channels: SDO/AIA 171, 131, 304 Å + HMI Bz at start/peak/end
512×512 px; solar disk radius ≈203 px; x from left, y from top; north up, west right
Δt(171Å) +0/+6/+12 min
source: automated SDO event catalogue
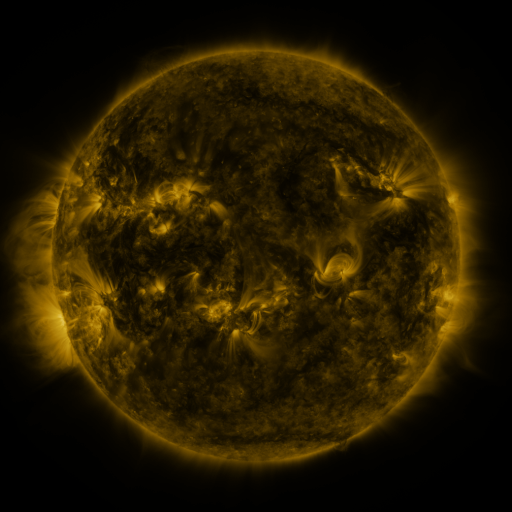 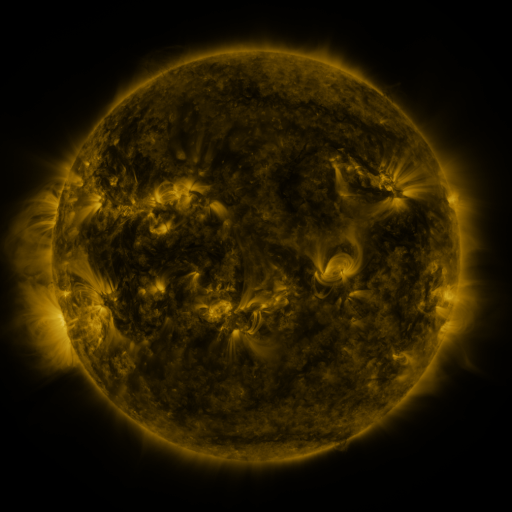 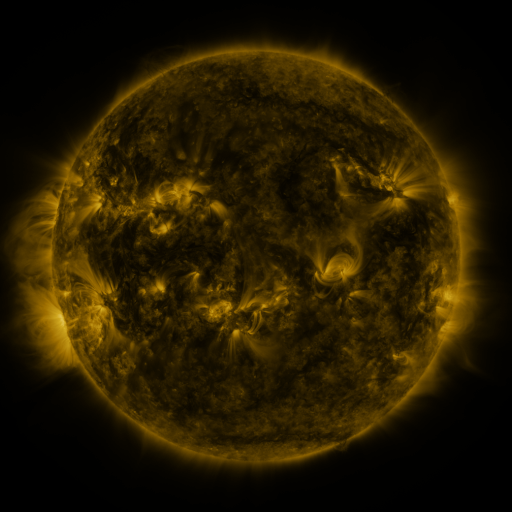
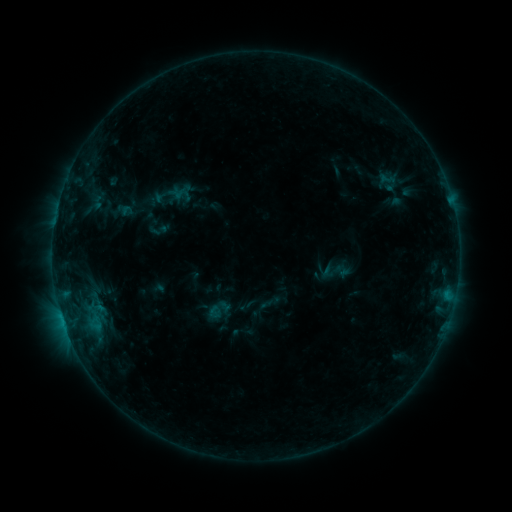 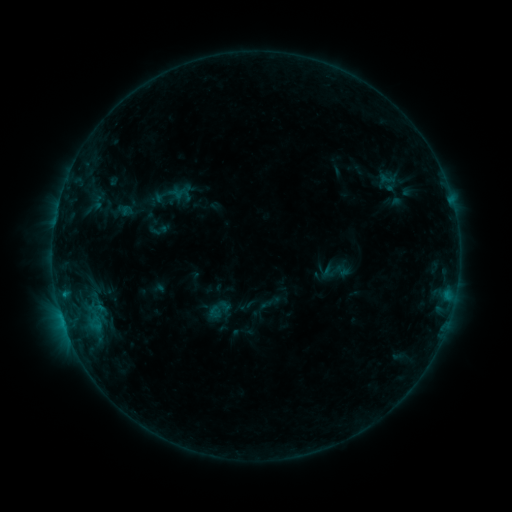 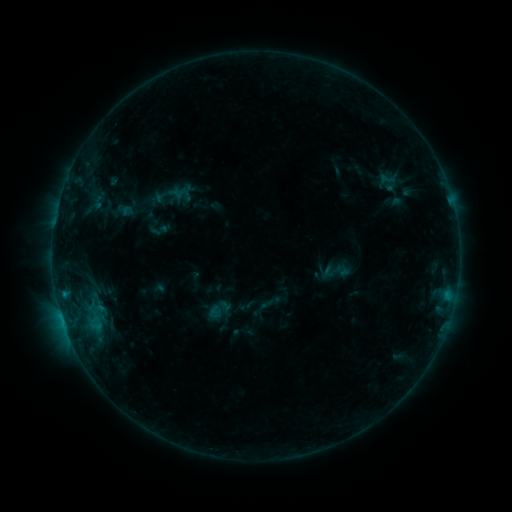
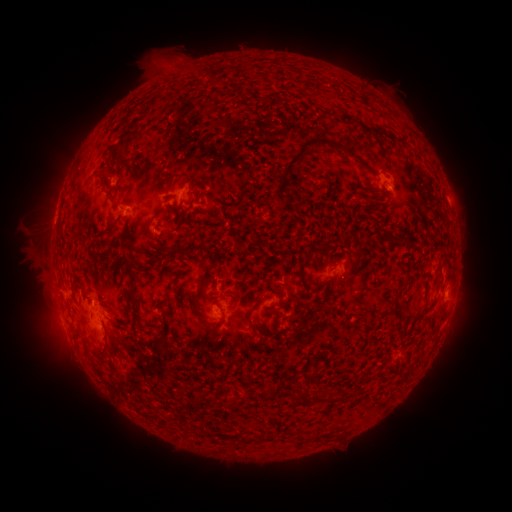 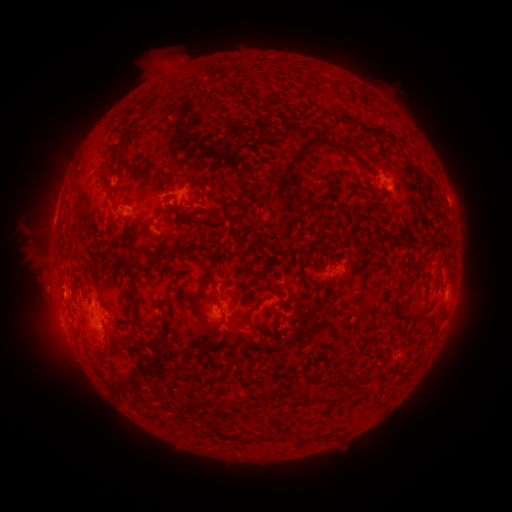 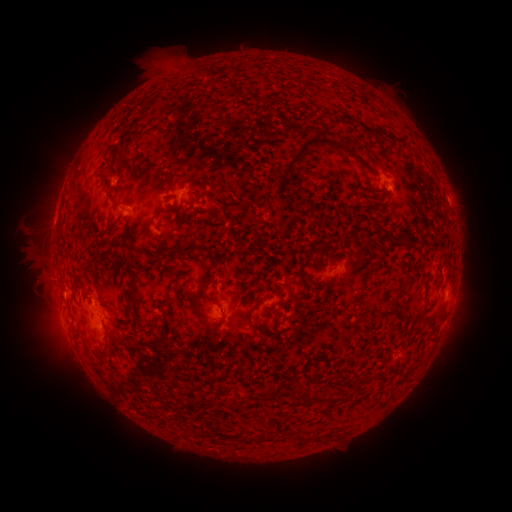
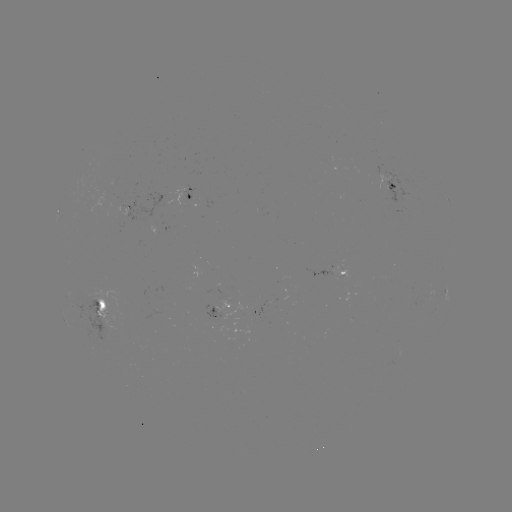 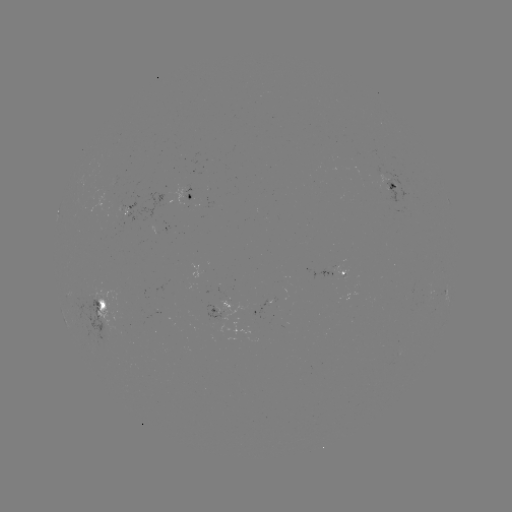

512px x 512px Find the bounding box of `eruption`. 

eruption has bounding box [13, 265, 78, 320].